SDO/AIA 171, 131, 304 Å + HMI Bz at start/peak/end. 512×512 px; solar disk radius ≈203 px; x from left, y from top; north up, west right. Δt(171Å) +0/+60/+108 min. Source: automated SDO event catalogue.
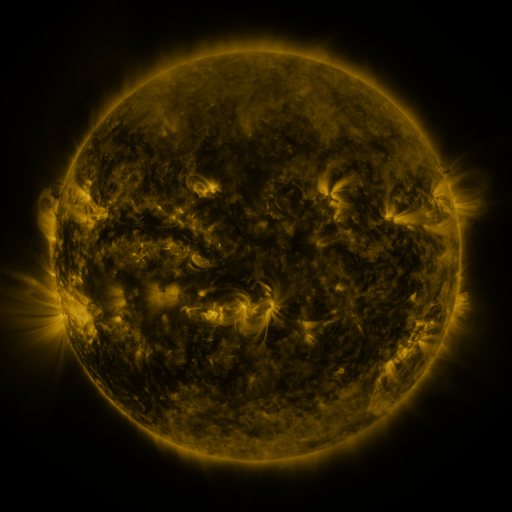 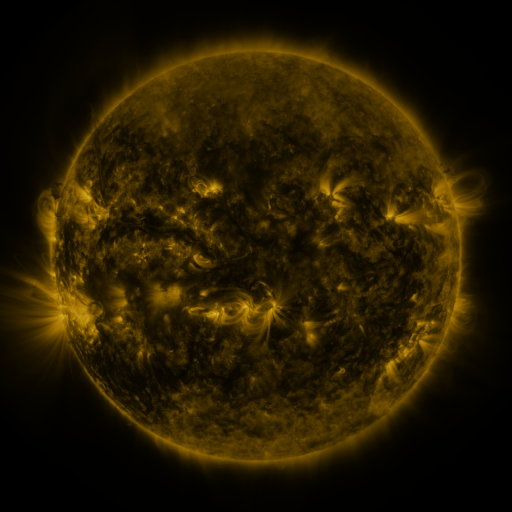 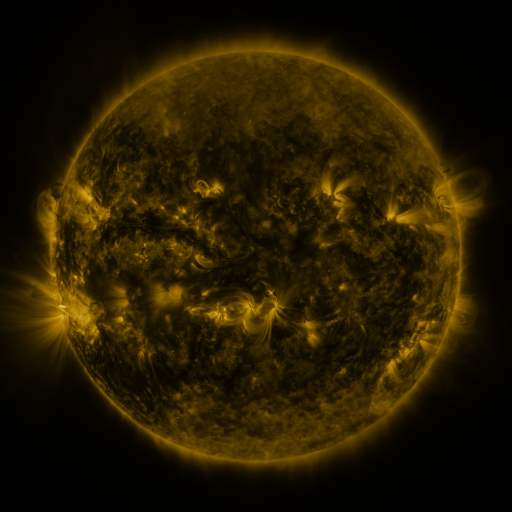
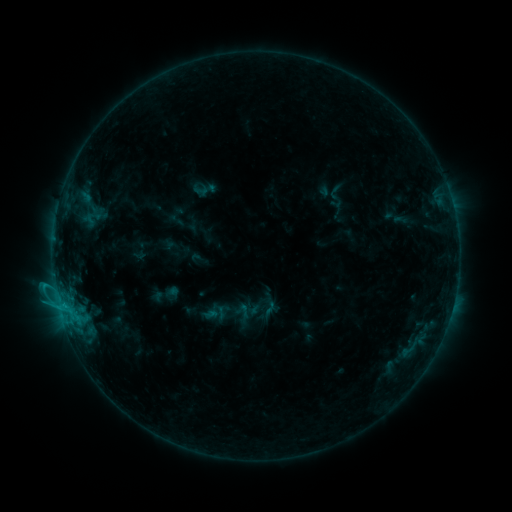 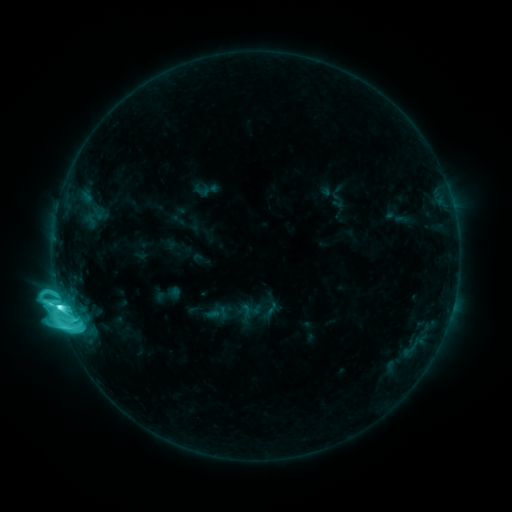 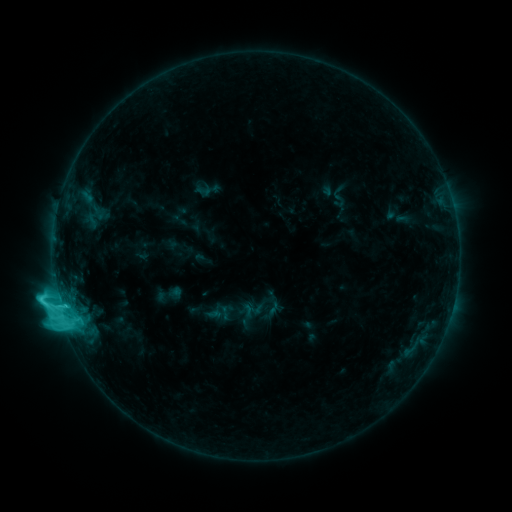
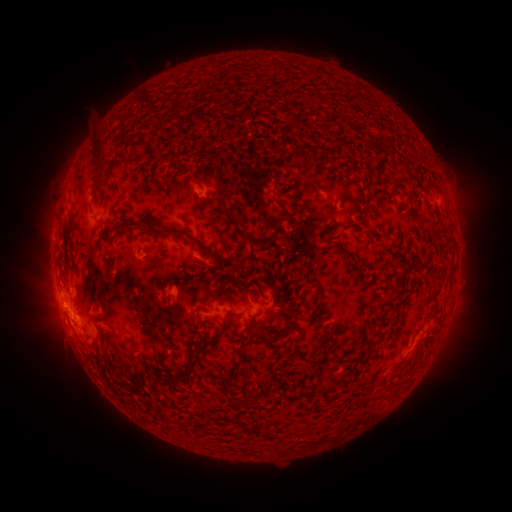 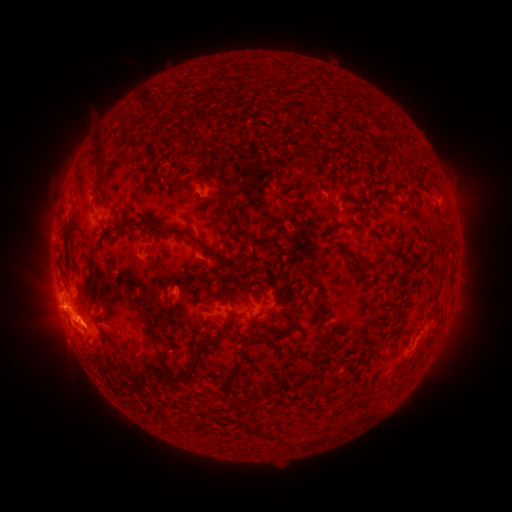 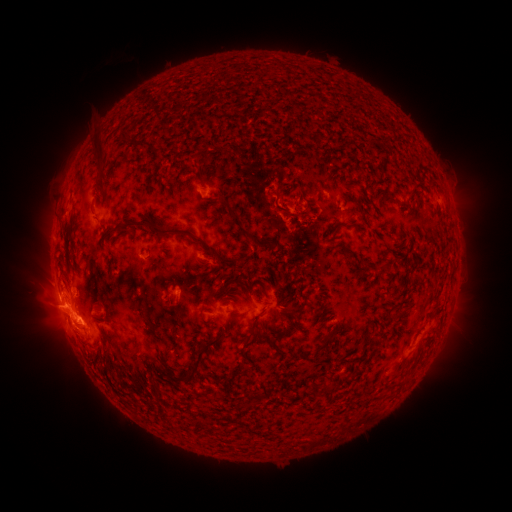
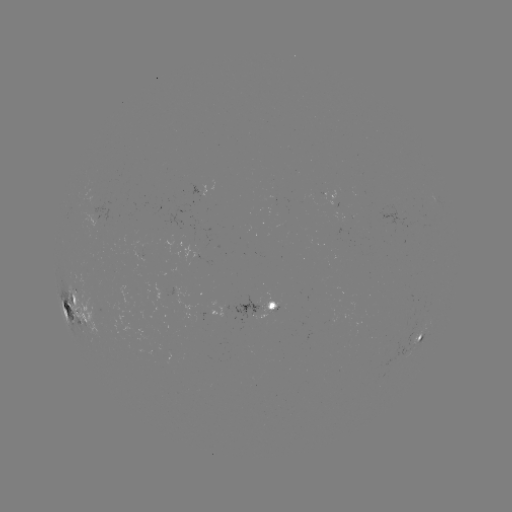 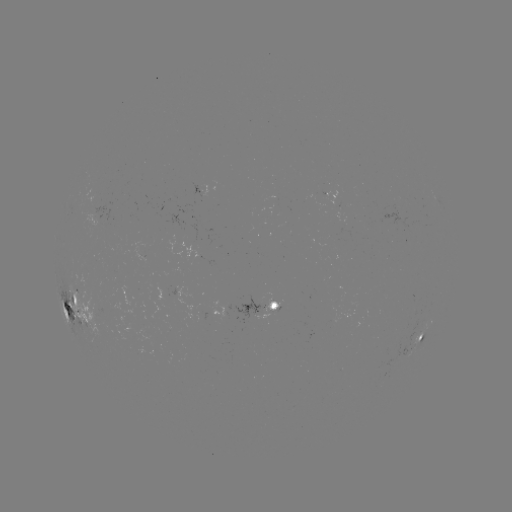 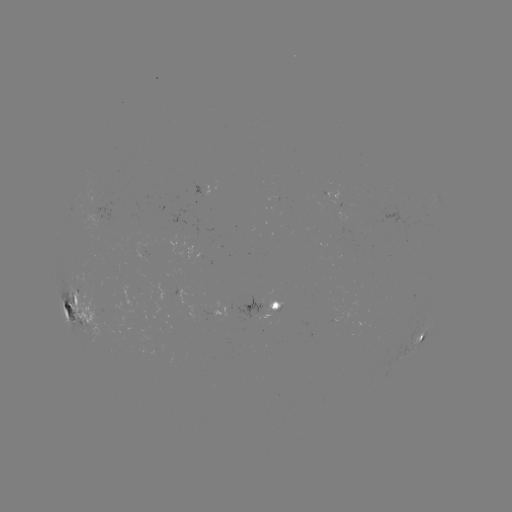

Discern M1.6 flare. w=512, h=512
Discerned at [60, 307].